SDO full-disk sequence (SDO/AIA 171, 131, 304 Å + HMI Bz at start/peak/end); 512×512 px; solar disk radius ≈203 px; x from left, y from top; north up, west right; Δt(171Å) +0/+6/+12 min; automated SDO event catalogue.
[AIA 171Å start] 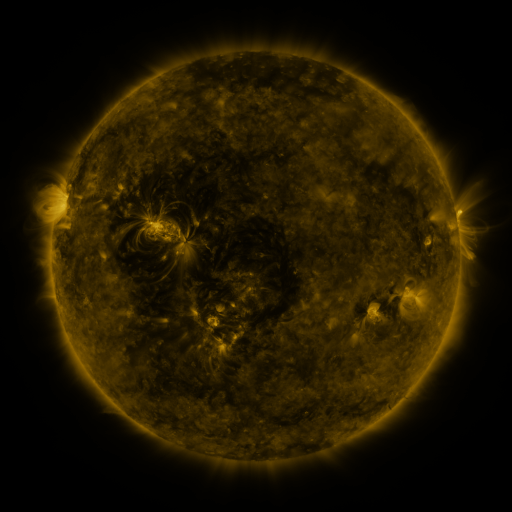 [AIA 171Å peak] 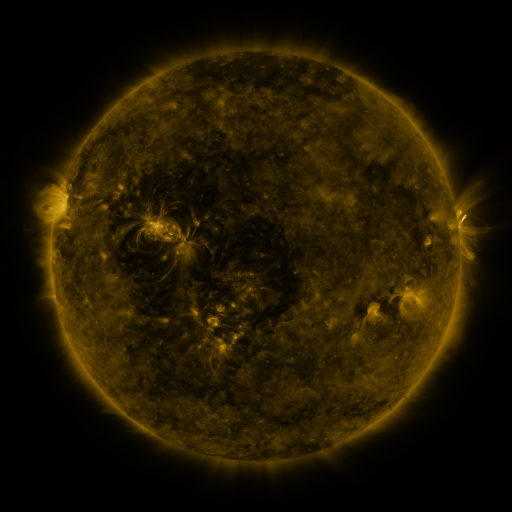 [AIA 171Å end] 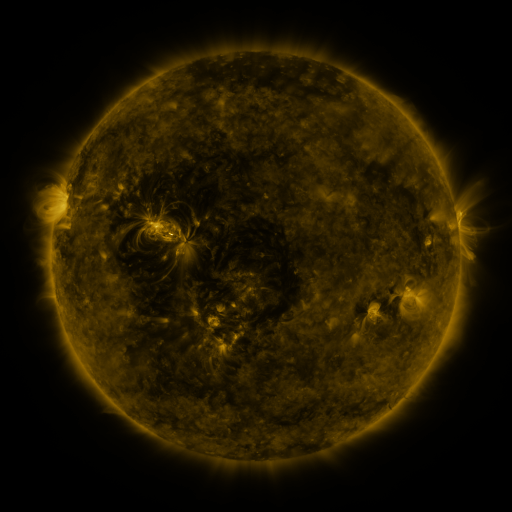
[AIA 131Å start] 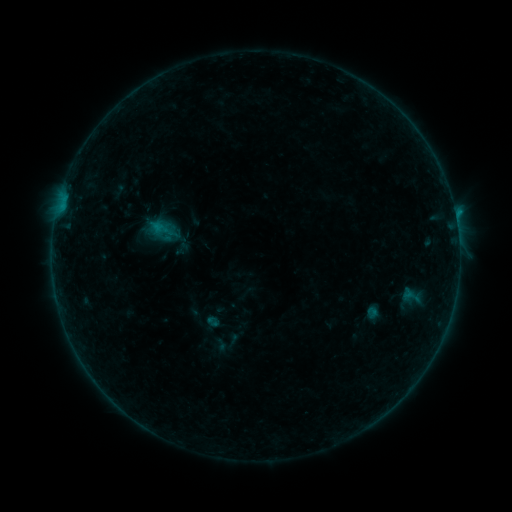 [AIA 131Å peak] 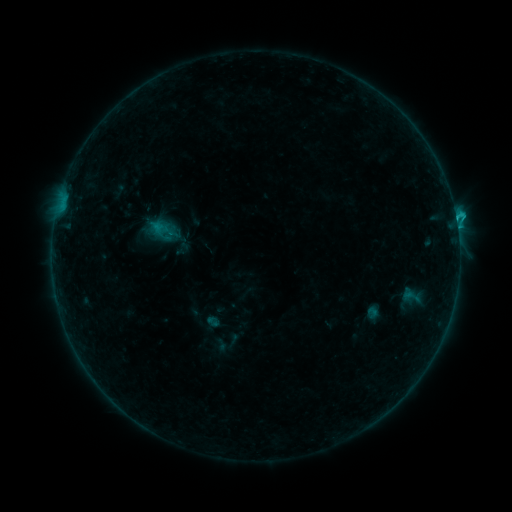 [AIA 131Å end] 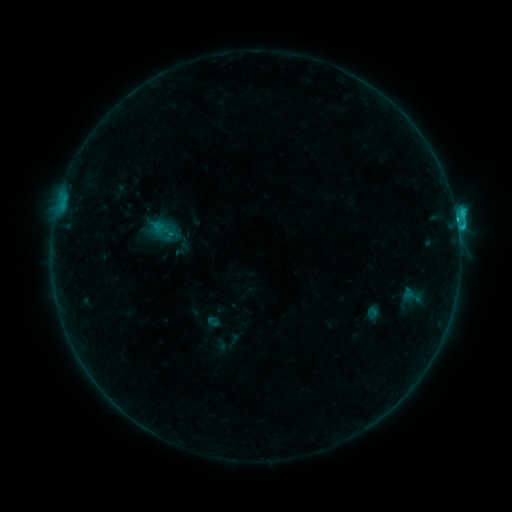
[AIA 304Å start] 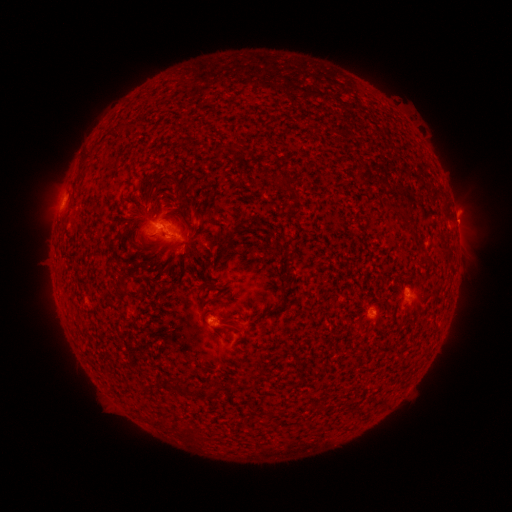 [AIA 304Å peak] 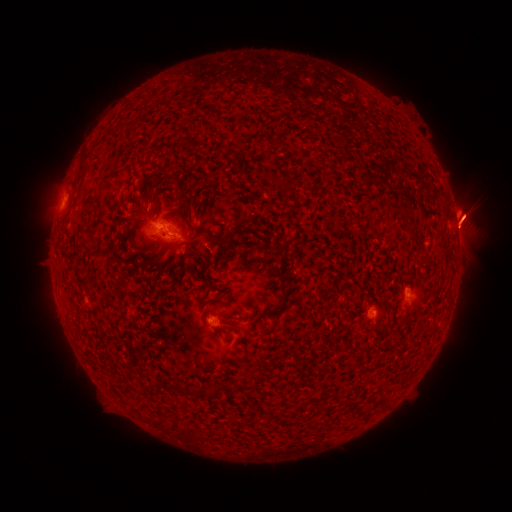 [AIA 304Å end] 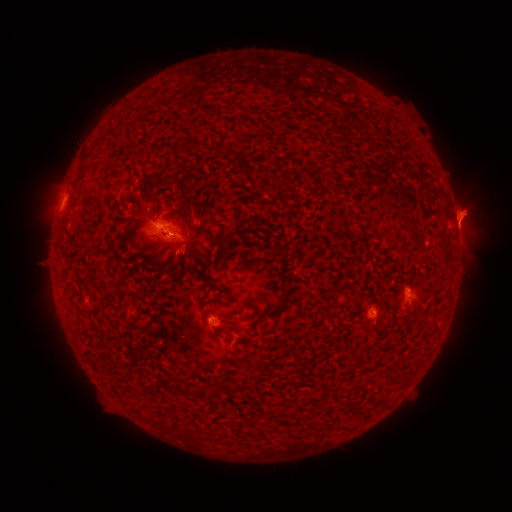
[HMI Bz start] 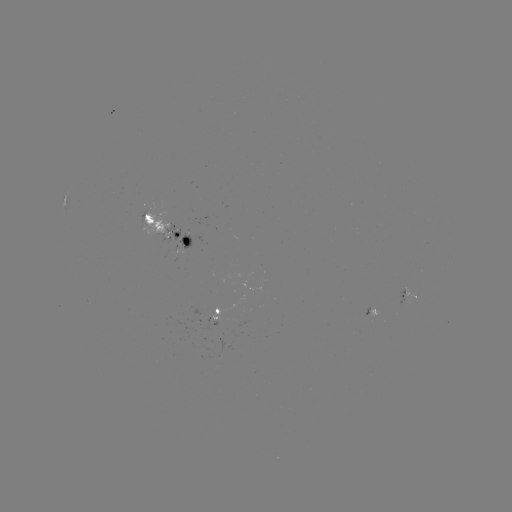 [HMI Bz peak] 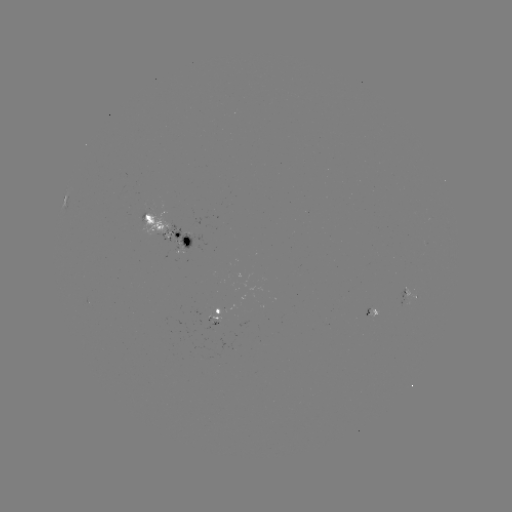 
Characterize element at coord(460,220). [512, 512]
eruption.